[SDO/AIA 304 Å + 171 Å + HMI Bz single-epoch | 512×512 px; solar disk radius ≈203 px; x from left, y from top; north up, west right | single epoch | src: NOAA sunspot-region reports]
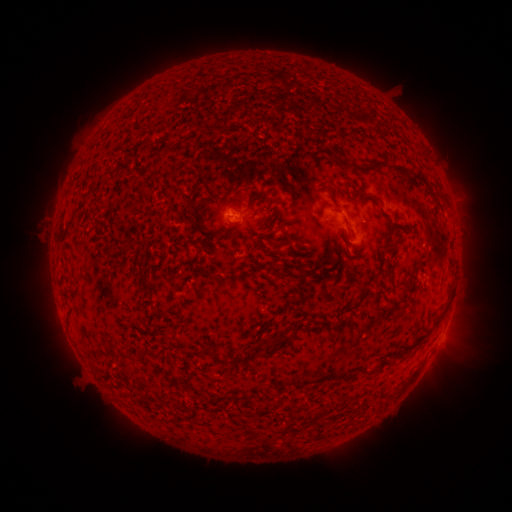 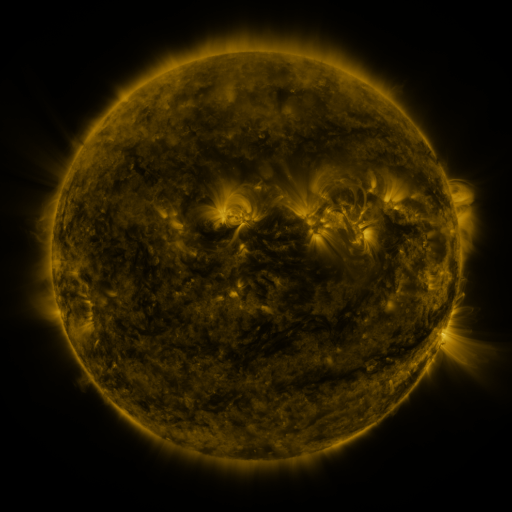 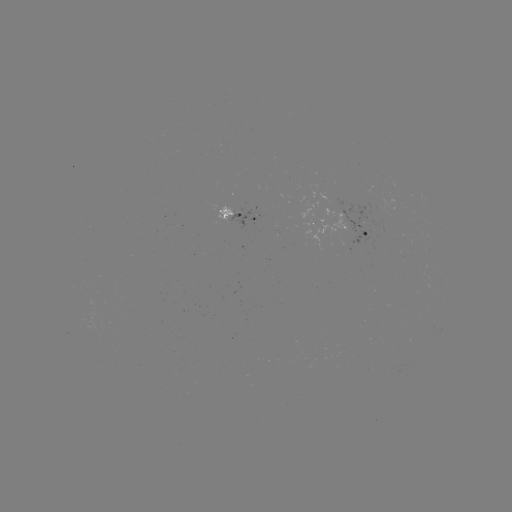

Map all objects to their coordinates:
spotted active region: (242, 212)
spotted active region: (367, 231)
